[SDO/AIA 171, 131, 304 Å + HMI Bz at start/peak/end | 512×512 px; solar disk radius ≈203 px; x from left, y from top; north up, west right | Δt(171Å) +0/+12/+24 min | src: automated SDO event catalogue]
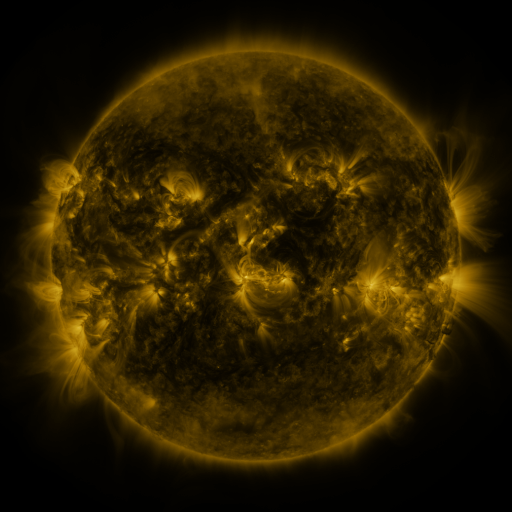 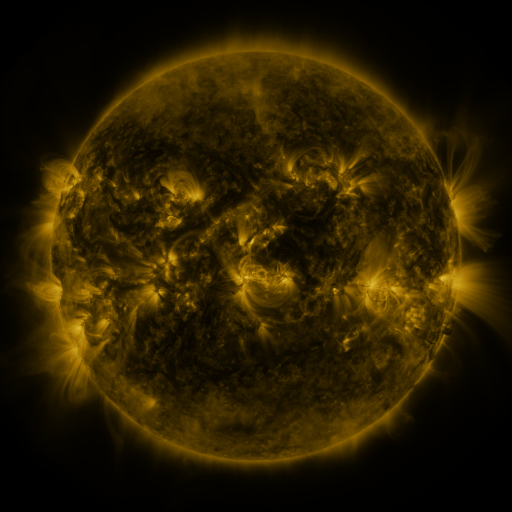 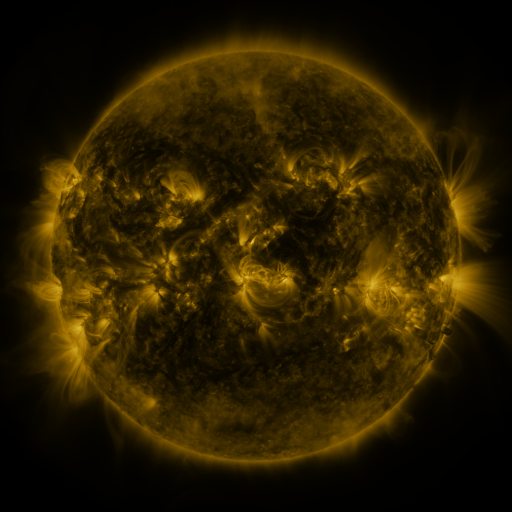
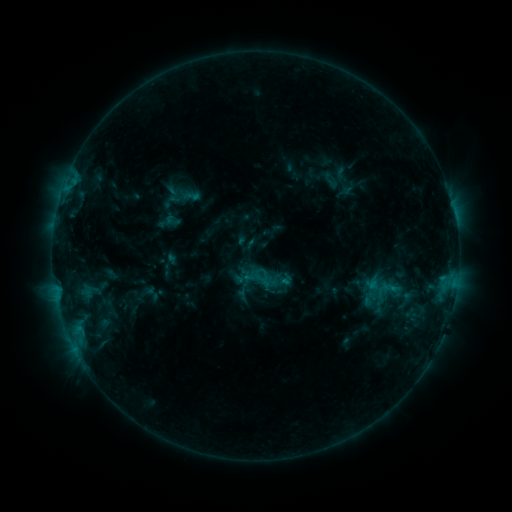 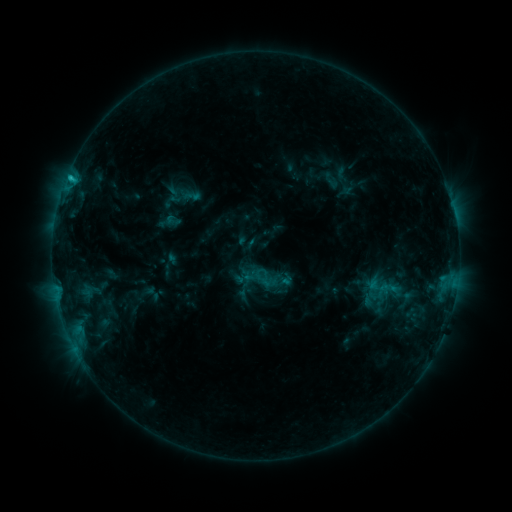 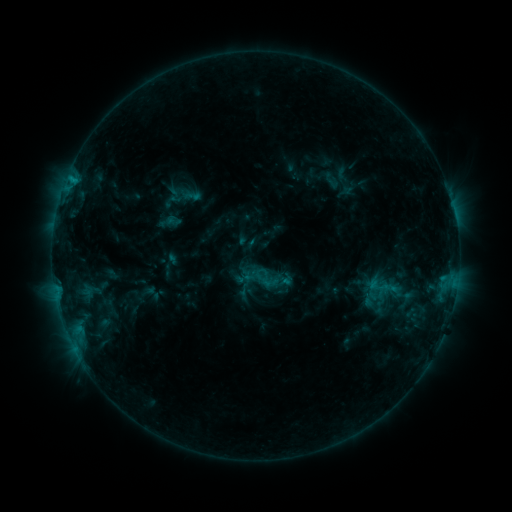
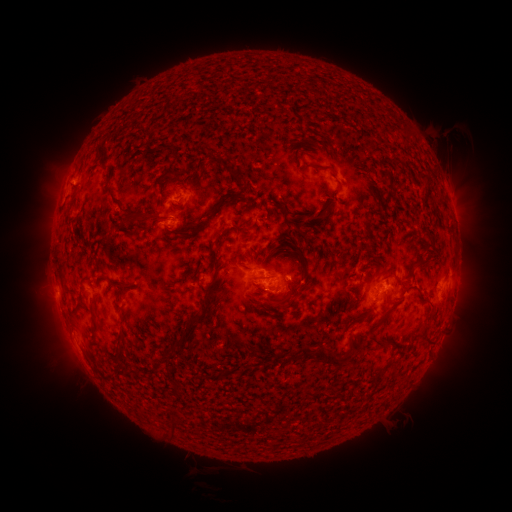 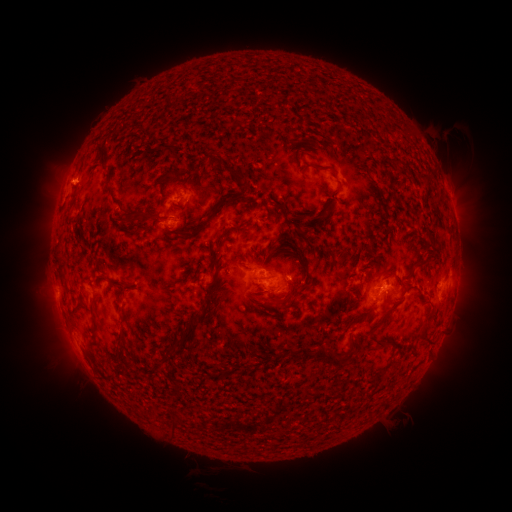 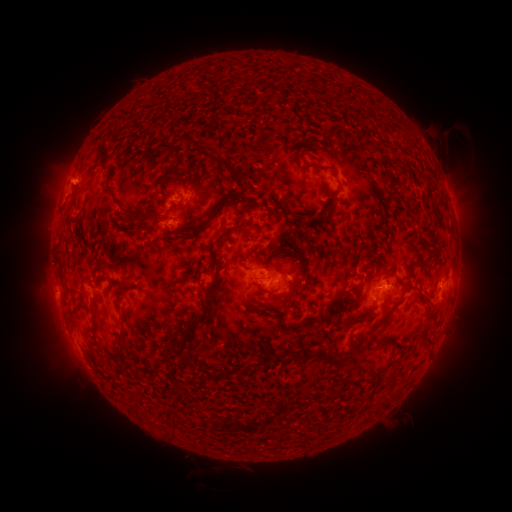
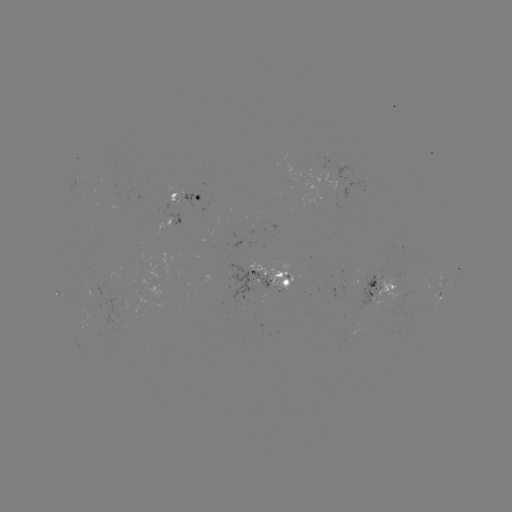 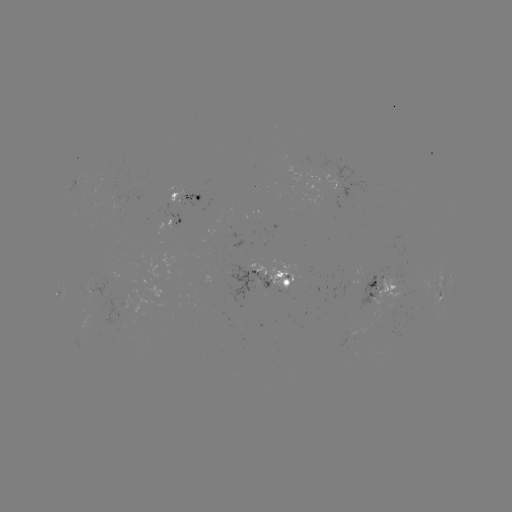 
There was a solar flare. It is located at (71, 178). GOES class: C1.0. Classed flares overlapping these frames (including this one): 1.